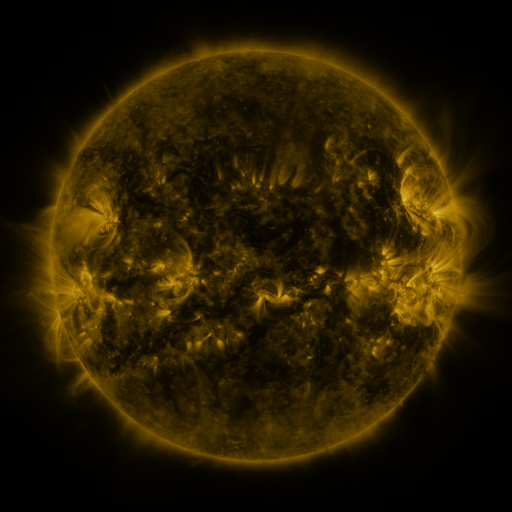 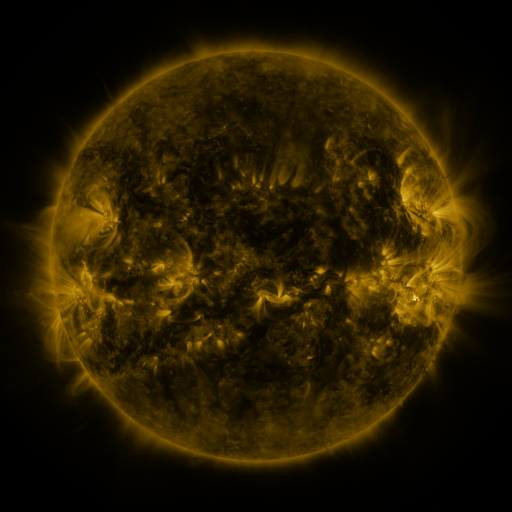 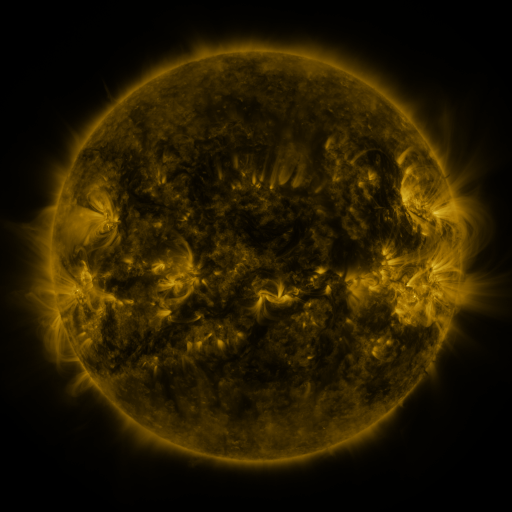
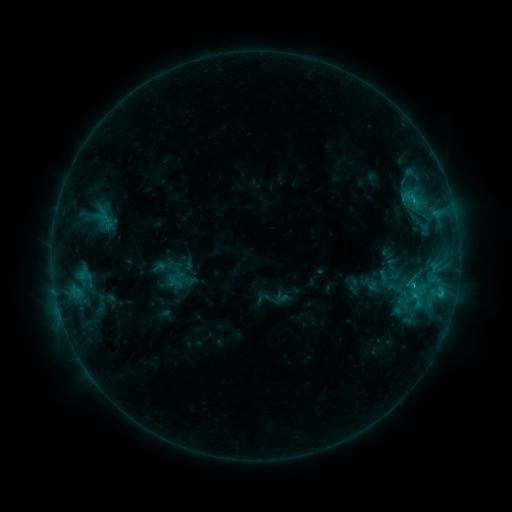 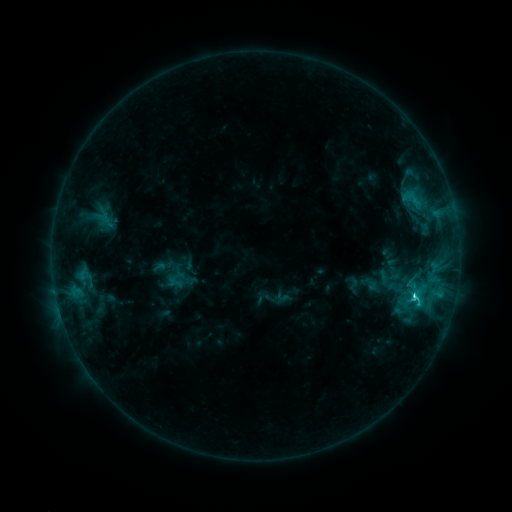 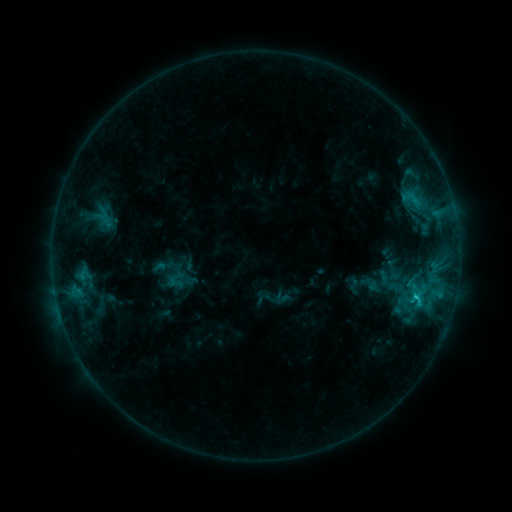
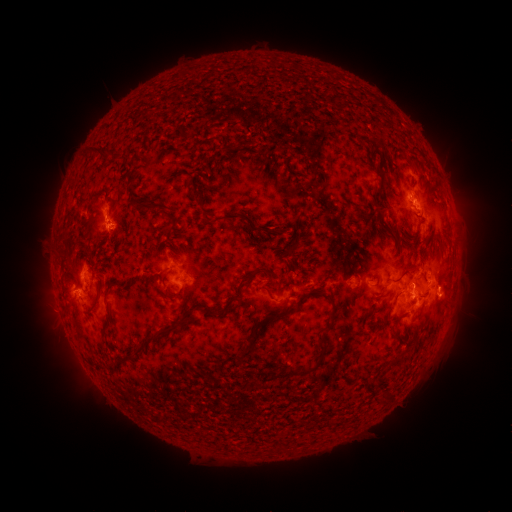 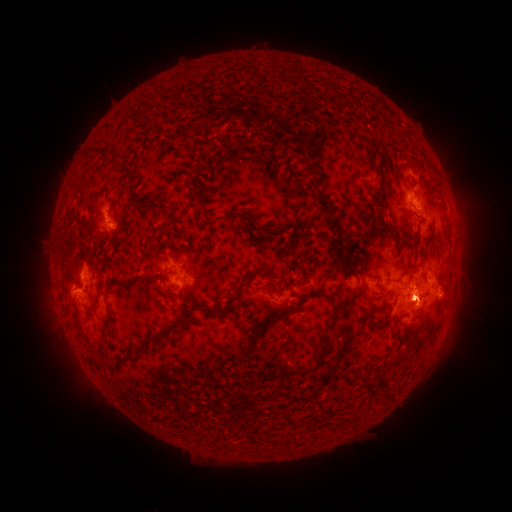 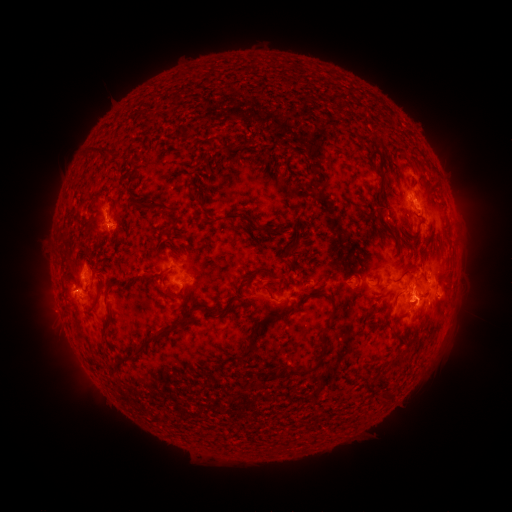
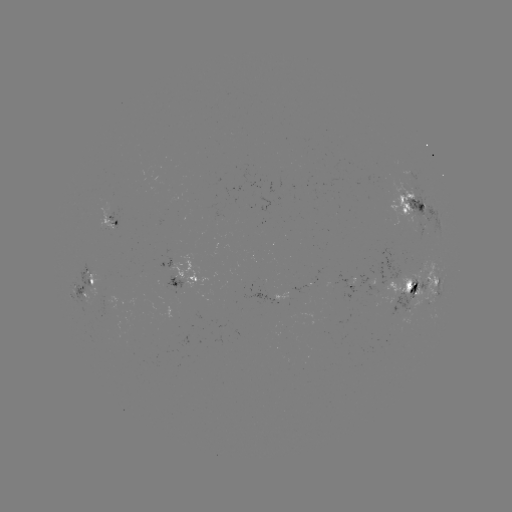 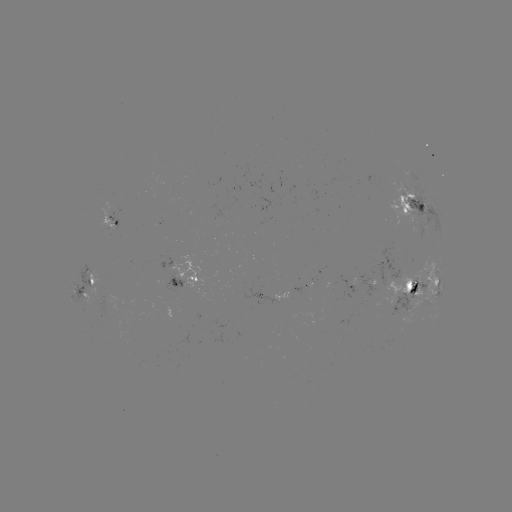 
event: flare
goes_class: C3.1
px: (413, 295)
